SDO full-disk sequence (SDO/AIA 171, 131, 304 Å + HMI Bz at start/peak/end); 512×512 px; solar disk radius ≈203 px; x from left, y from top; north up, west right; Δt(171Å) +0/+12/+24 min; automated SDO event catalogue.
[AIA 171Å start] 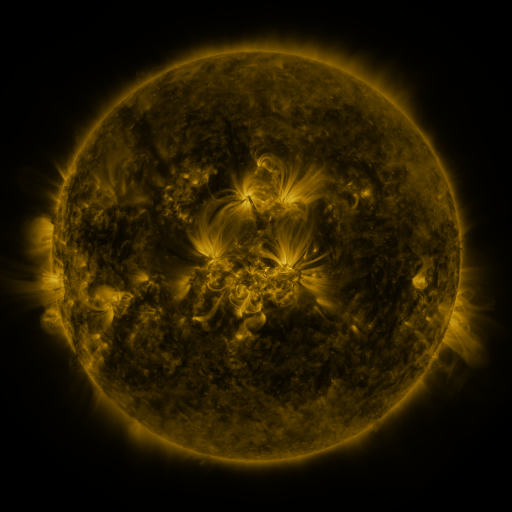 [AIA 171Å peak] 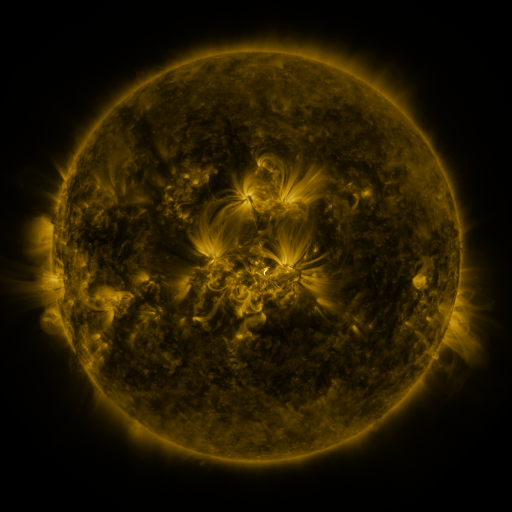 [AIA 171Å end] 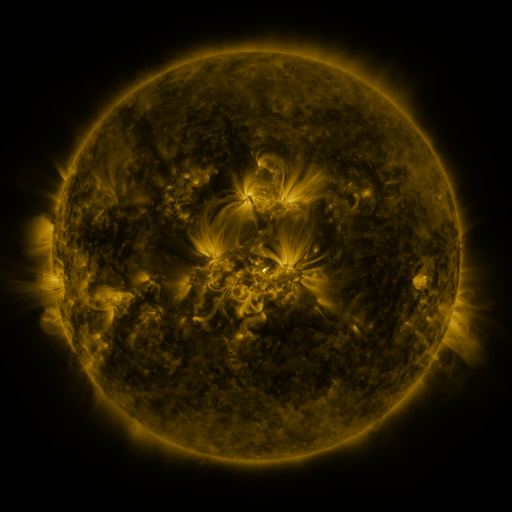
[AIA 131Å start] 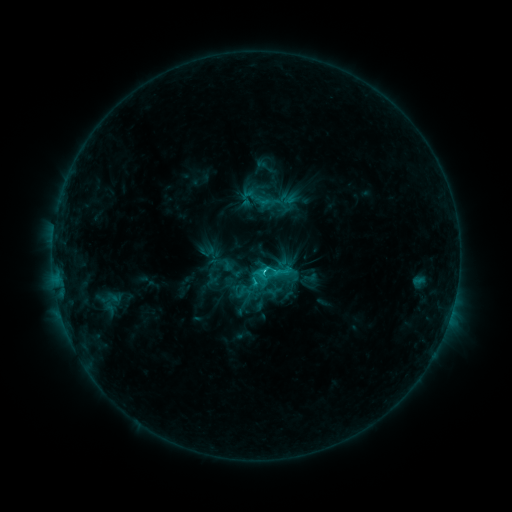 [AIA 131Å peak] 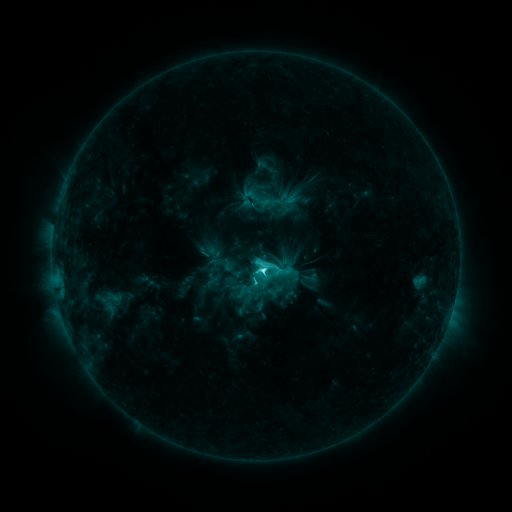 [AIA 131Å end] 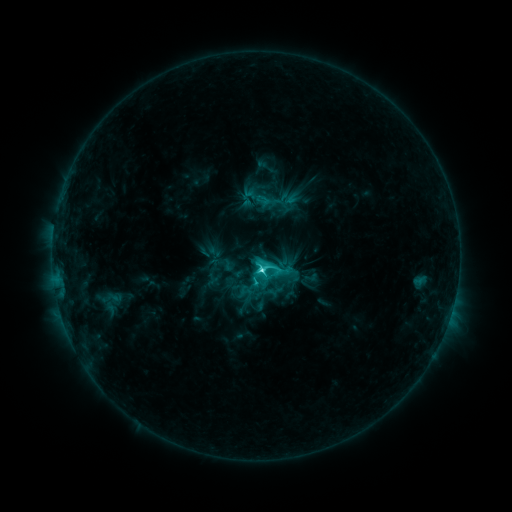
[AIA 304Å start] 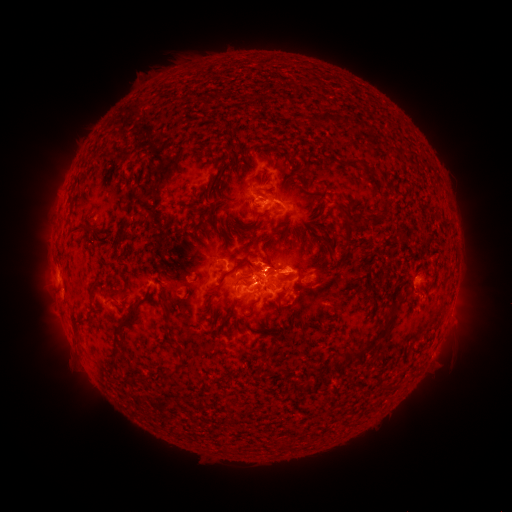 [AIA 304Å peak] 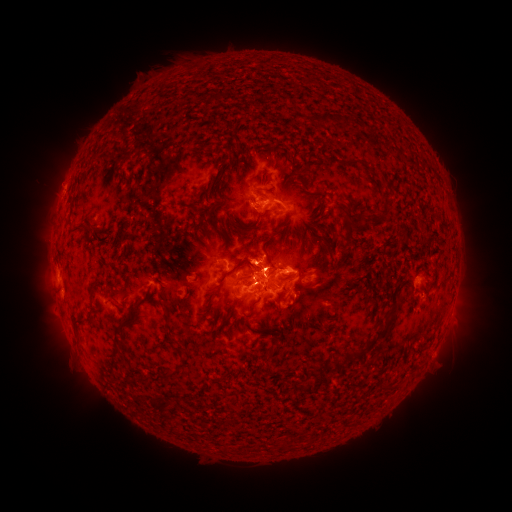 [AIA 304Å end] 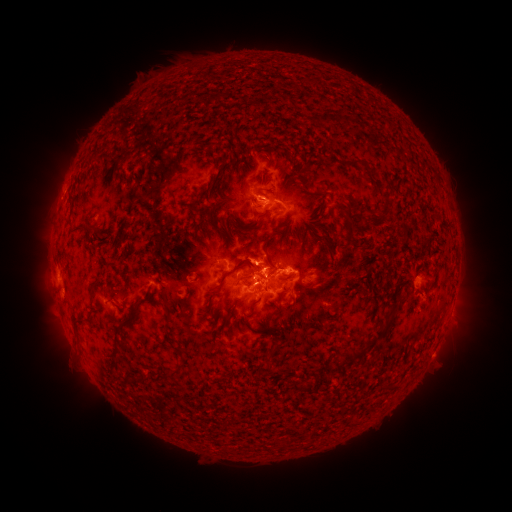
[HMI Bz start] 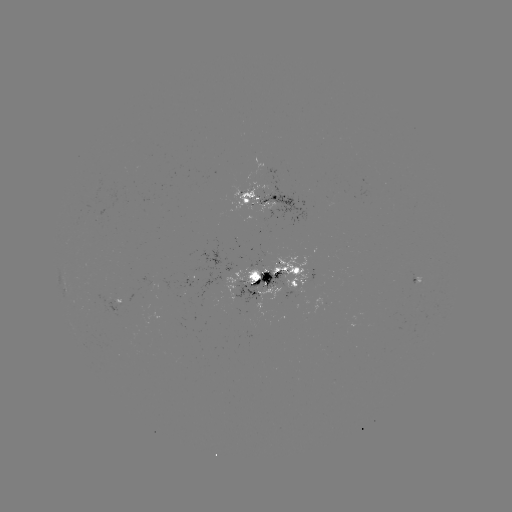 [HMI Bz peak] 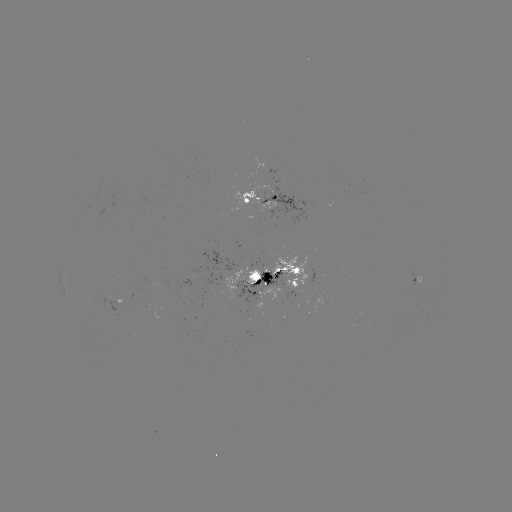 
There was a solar flare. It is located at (263, 269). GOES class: C7.9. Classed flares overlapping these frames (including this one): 1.